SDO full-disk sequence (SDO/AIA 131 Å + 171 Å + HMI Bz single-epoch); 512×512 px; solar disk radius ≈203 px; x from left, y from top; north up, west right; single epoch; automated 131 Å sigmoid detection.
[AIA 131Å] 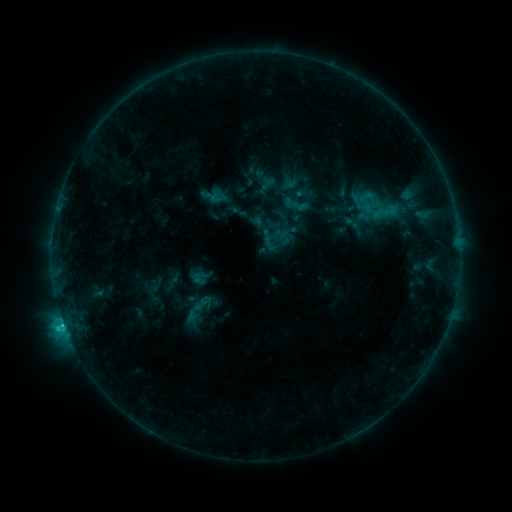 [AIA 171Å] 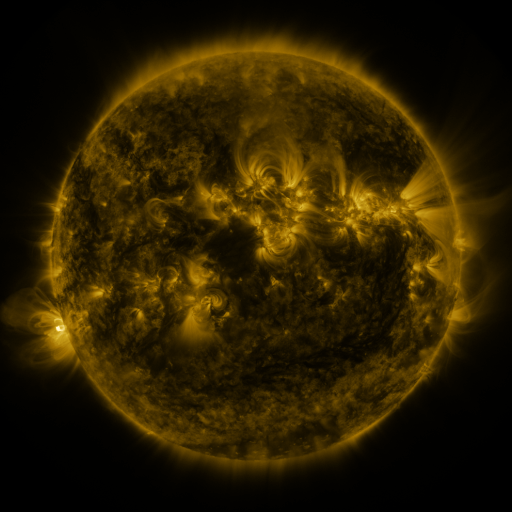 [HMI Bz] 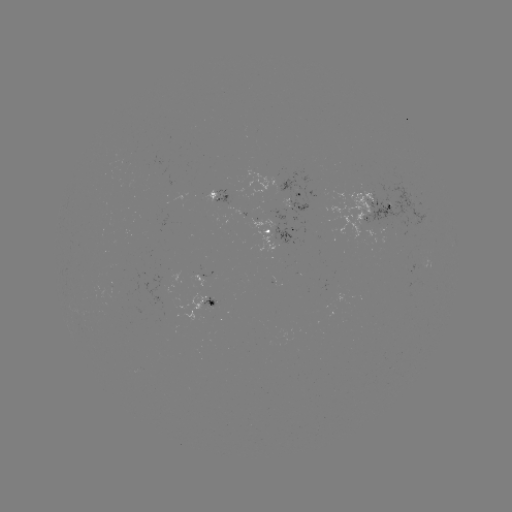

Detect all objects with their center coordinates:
sigmoid: (367, 197)
sigmoid: (202, 277)
